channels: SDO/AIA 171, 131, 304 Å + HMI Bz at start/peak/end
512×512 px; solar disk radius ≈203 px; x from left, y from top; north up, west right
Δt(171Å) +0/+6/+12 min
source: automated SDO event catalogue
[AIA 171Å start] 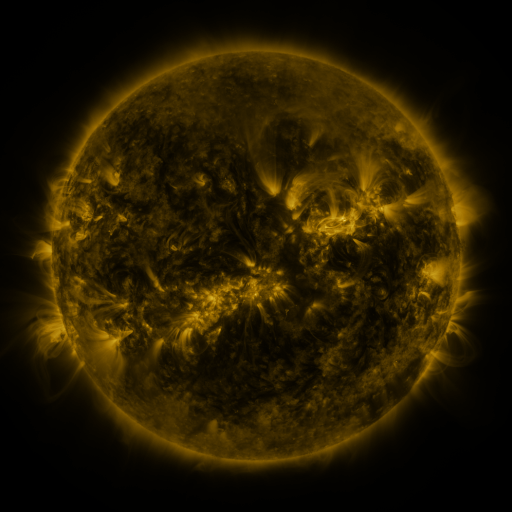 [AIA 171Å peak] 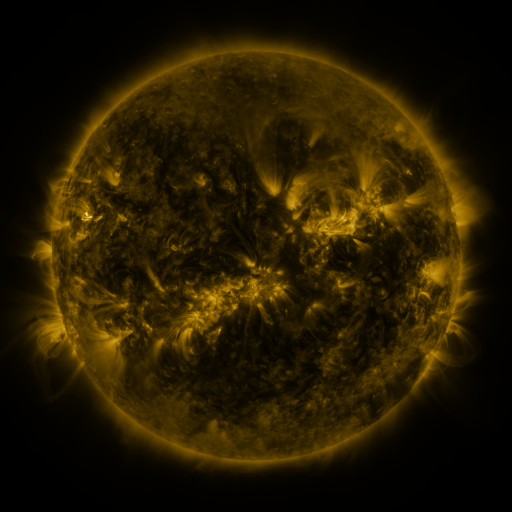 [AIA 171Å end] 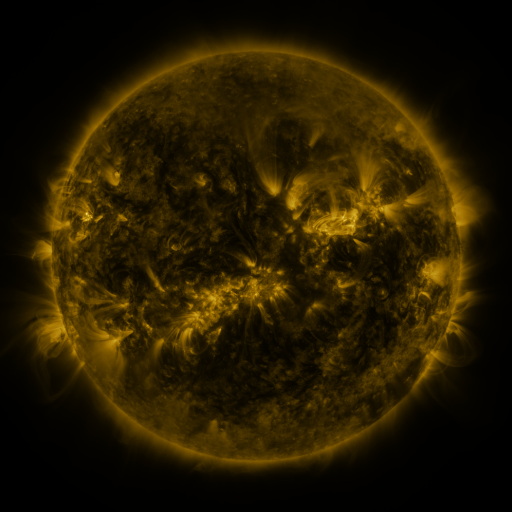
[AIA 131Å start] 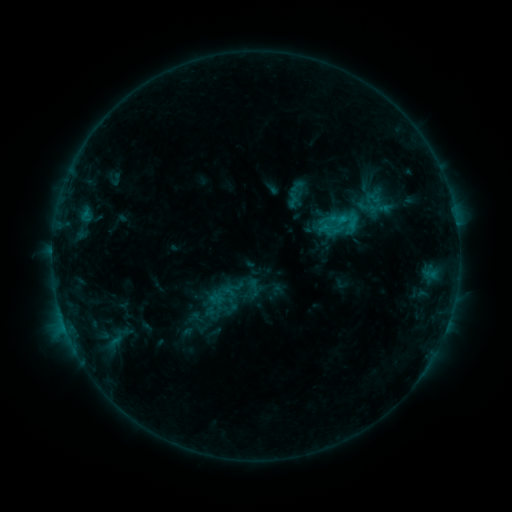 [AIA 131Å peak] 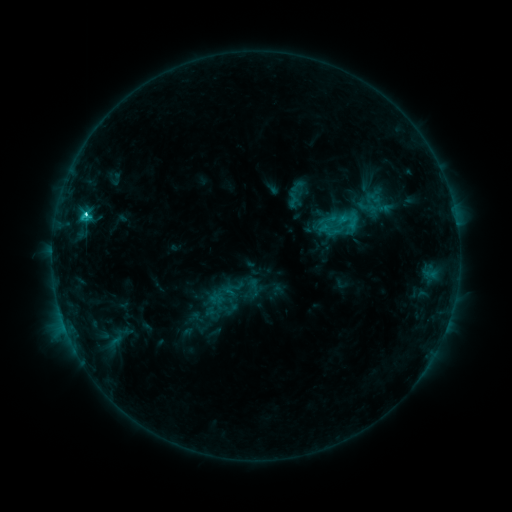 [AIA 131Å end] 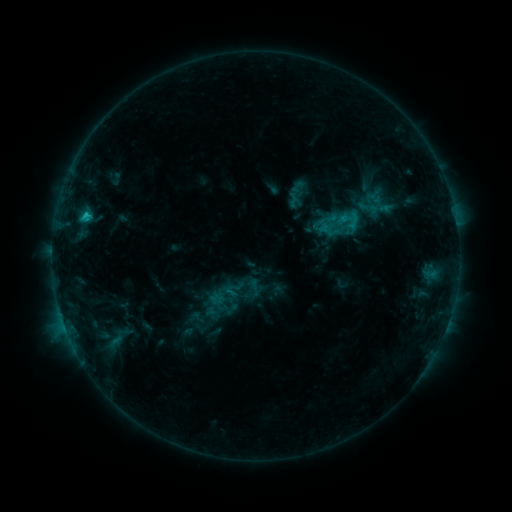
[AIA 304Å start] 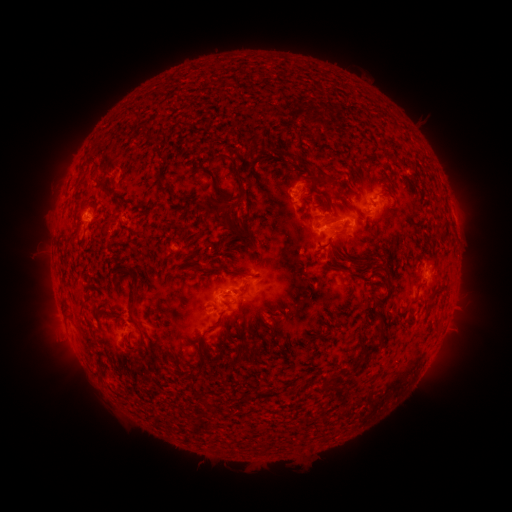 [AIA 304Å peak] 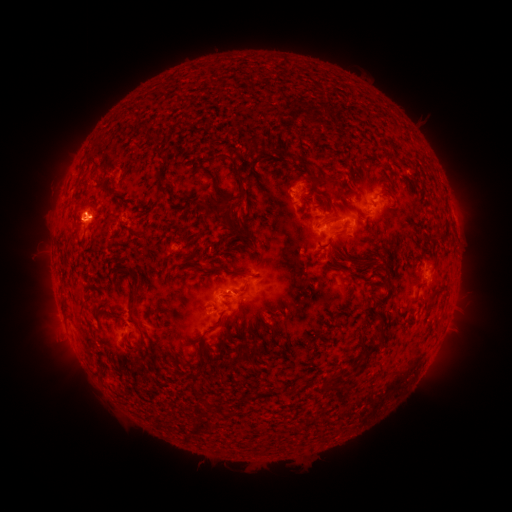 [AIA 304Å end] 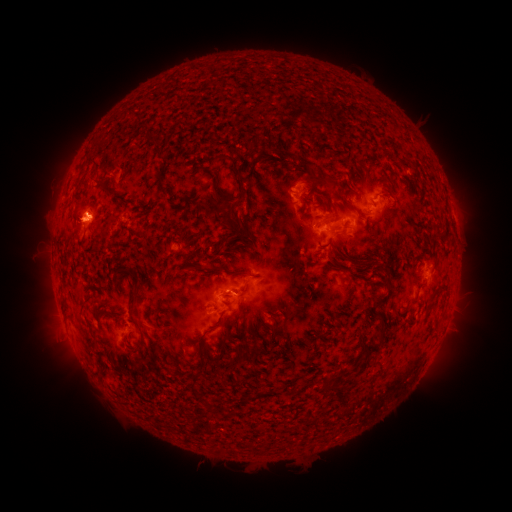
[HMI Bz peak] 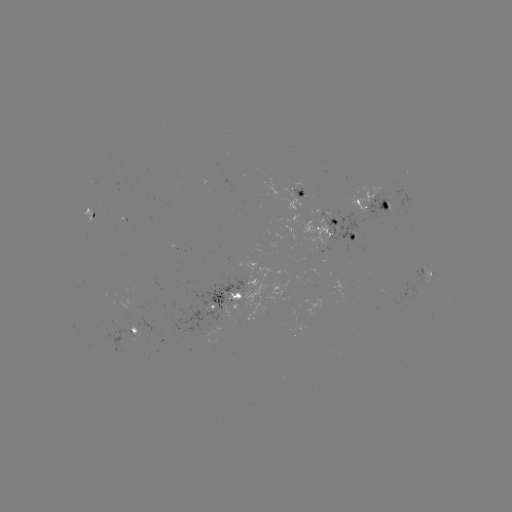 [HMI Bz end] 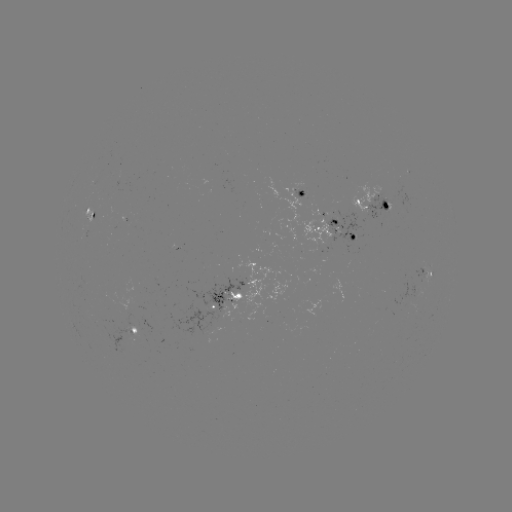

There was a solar flare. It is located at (85, 215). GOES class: C2.8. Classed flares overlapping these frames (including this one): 1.